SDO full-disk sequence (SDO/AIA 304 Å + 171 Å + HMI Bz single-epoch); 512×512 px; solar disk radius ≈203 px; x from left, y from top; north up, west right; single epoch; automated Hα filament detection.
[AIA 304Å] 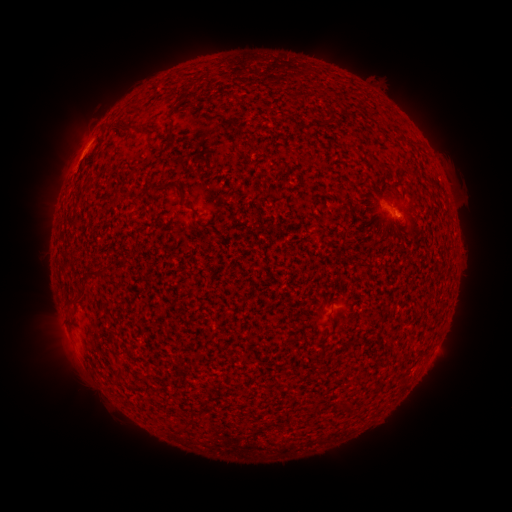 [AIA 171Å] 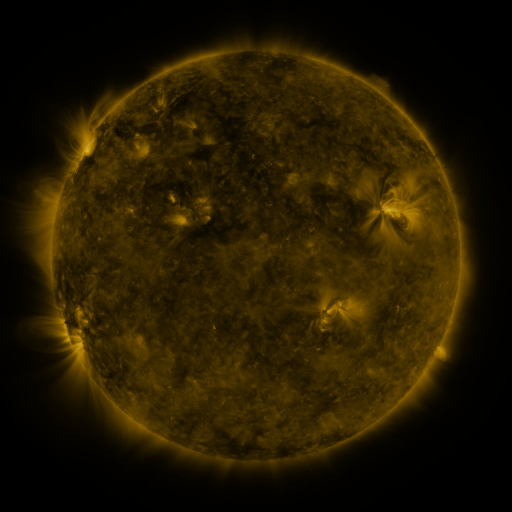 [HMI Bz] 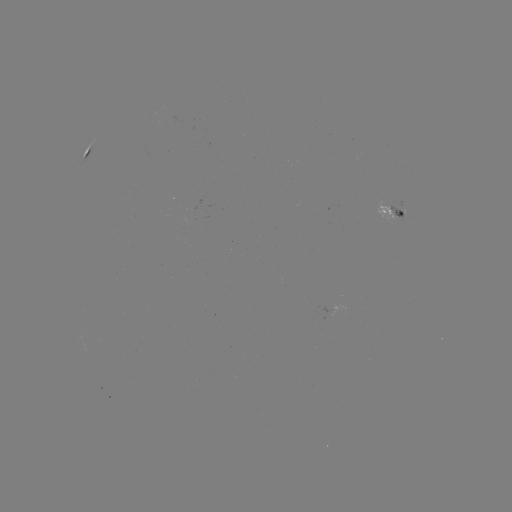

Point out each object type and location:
filament: [180, 91, 189, 100]
filament: [117, 121, 136, 132]
filament: [163, 180, 190, 207]
filament: [85, 265, 106, 276]
filament: [108, 365, 123, 384]
filament: [172, 422, 187, 430]
